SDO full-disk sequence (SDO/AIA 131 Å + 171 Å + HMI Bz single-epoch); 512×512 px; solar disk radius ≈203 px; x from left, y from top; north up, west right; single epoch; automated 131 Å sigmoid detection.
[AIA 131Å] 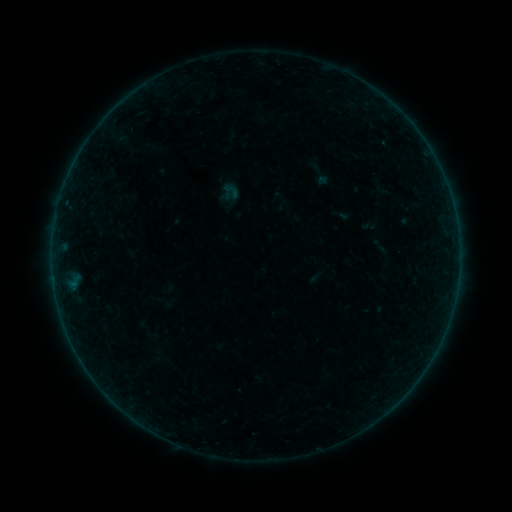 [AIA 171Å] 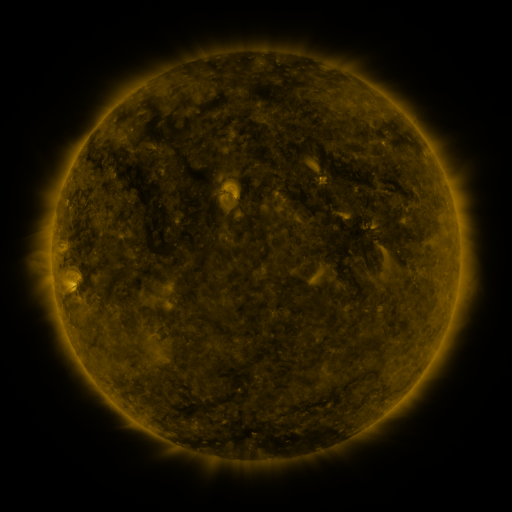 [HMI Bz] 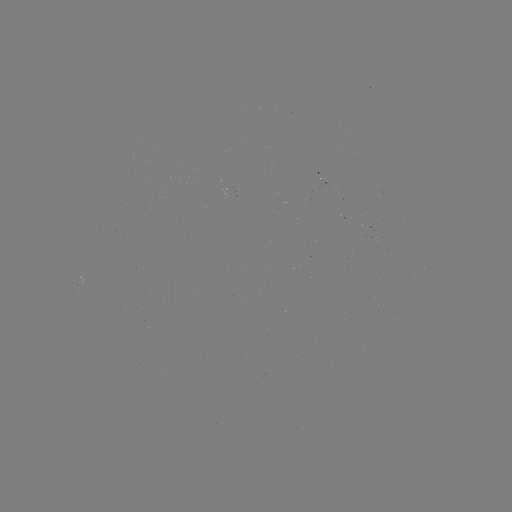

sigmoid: [222, 181, 240, 200]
